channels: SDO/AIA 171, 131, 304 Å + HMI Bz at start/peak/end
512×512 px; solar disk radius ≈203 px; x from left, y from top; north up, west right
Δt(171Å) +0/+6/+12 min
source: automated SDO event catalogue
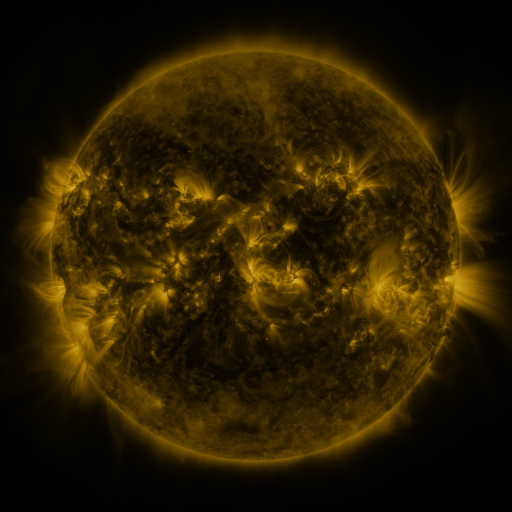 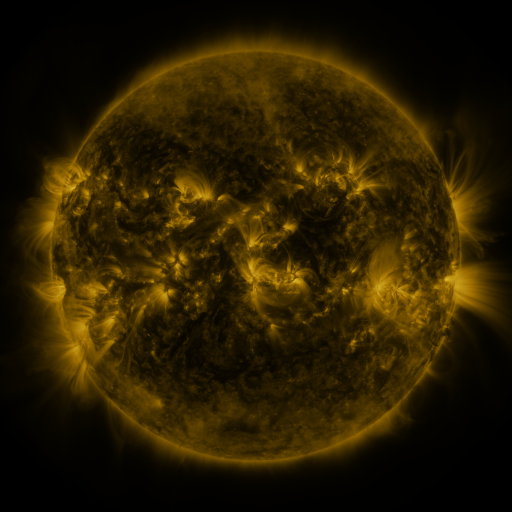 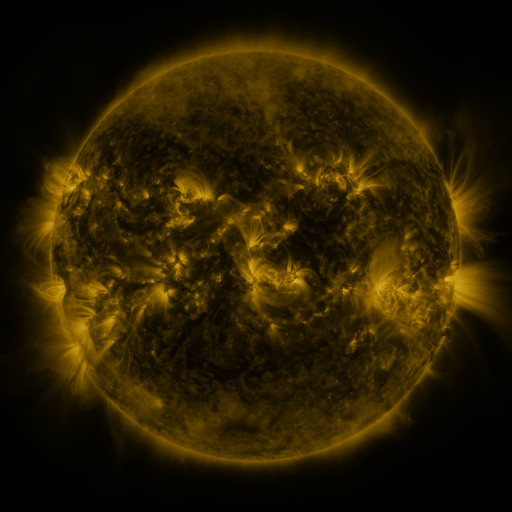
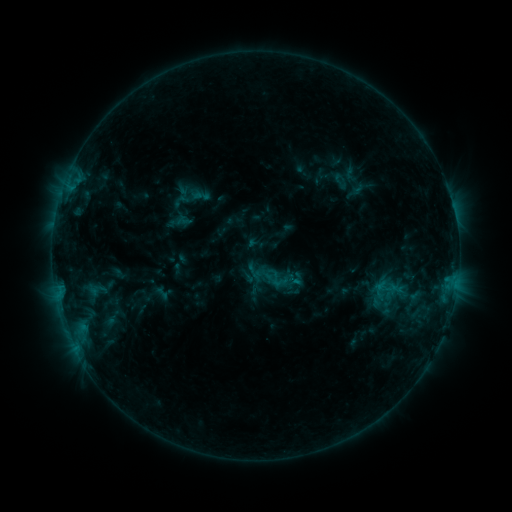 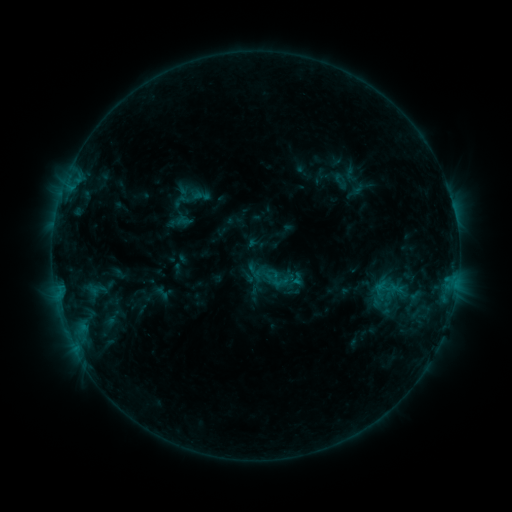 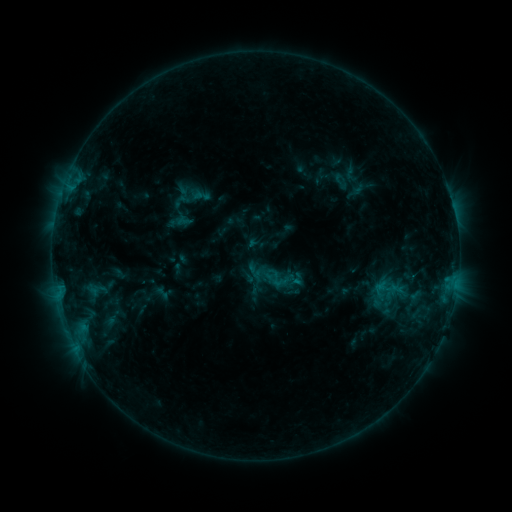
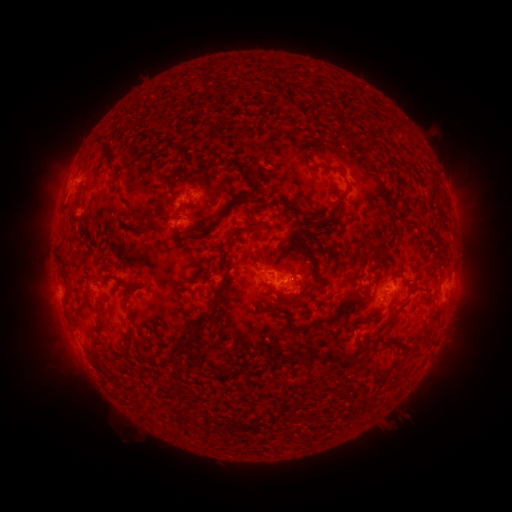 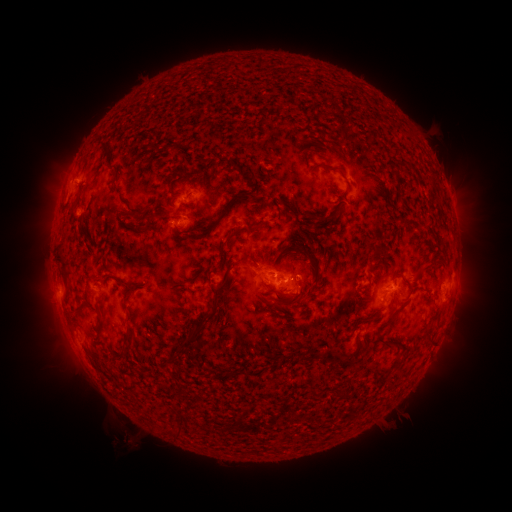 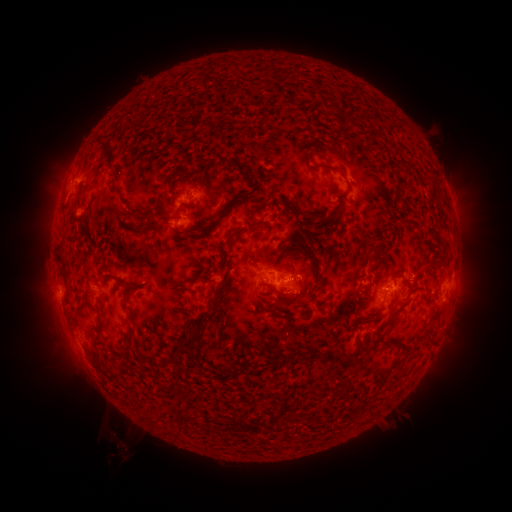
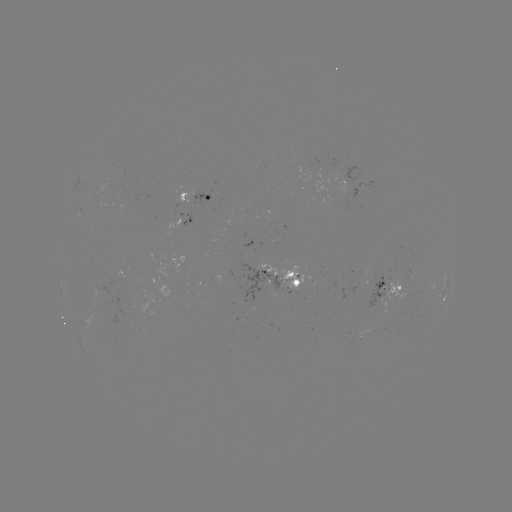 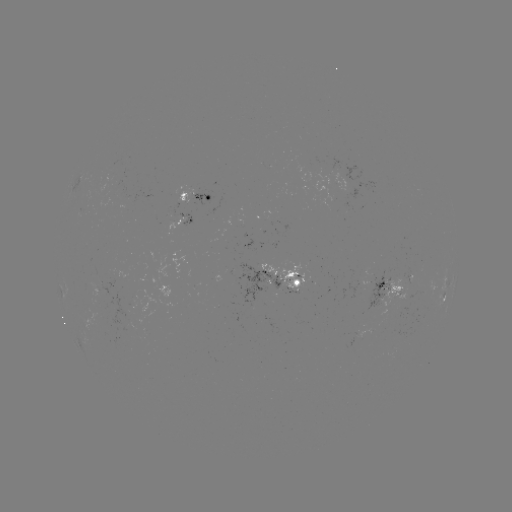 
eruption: [101, 413, 146, 464]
